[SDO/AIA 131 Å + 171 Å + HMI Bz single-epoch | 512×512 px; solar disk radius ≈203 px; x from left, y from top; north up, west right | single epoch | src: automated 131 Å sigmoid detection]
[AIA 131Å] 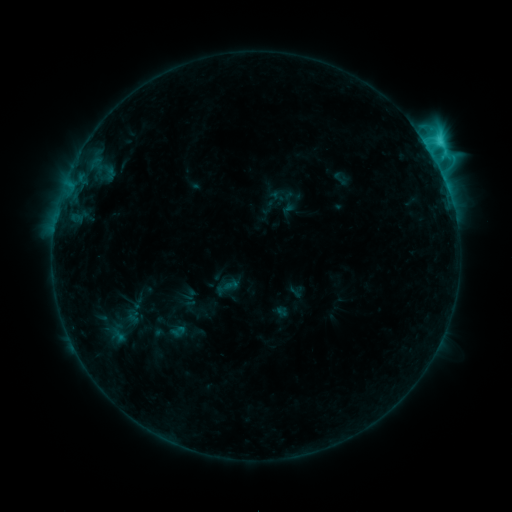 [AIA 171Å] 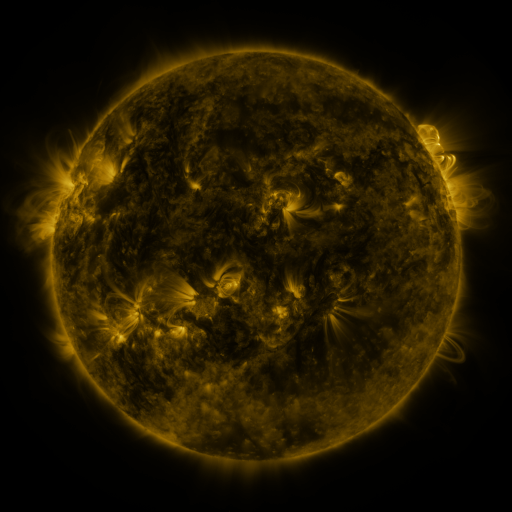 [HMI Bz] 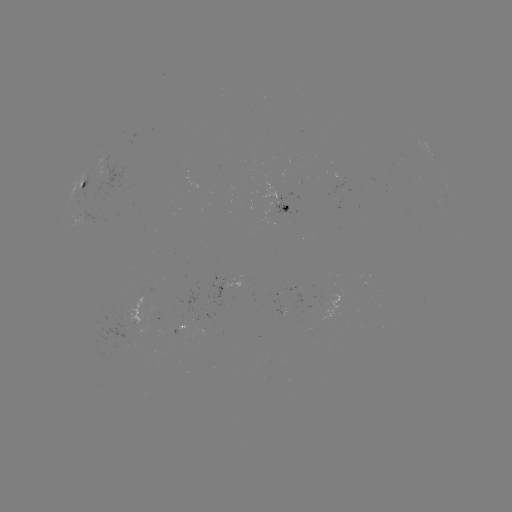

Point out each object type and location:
sigmoid: <bbox>329, 169, 351, 188</bbox>
